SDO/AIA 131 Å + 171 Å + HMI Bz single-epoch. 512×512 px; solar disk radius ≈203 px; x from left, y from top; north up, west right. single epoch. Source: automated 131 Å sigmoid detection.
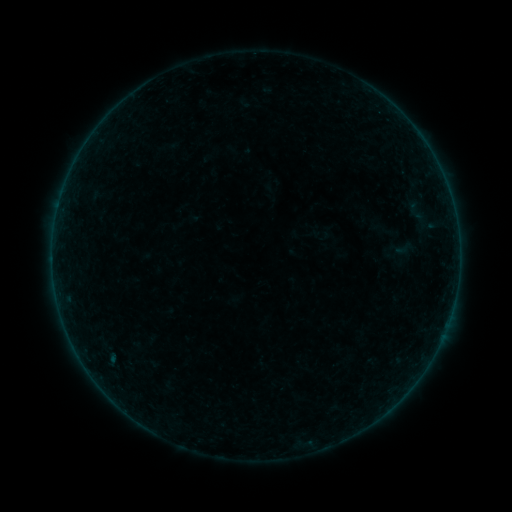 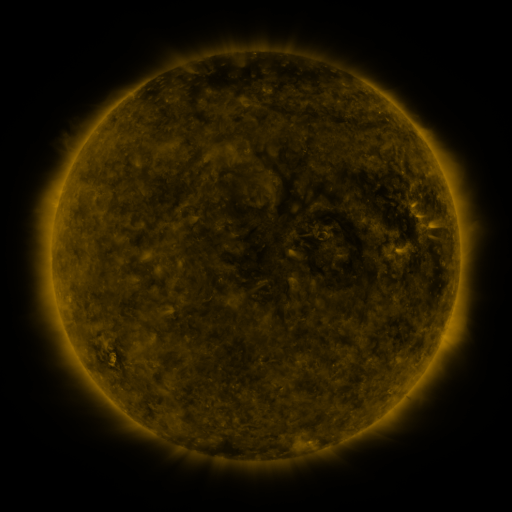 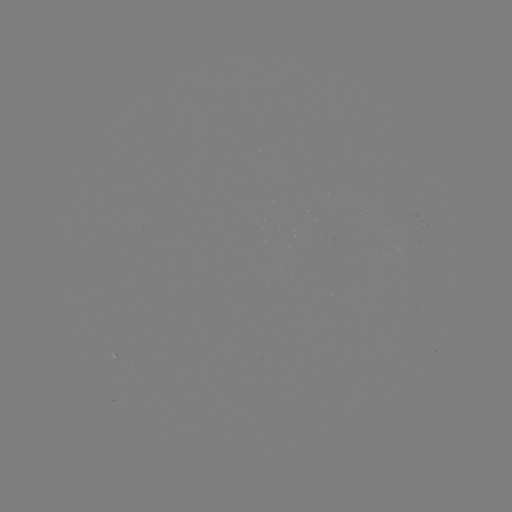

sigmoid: (392, 239, 413, 258)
